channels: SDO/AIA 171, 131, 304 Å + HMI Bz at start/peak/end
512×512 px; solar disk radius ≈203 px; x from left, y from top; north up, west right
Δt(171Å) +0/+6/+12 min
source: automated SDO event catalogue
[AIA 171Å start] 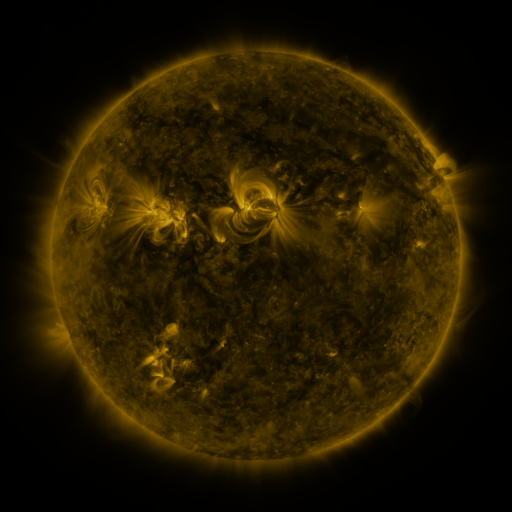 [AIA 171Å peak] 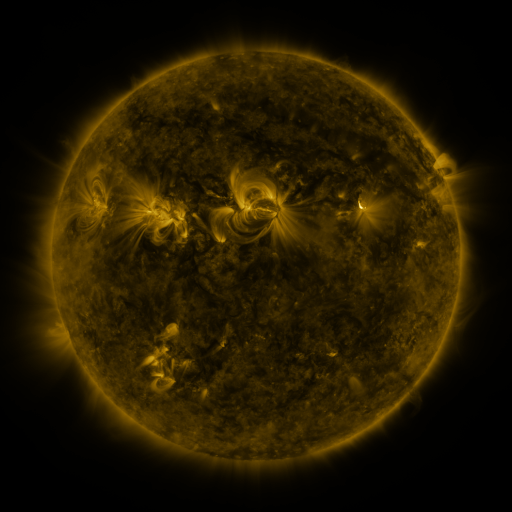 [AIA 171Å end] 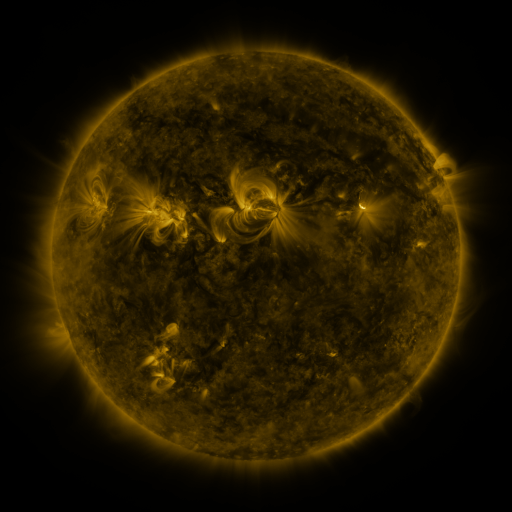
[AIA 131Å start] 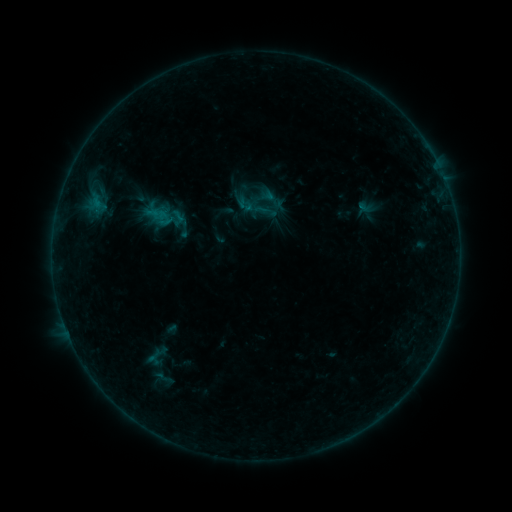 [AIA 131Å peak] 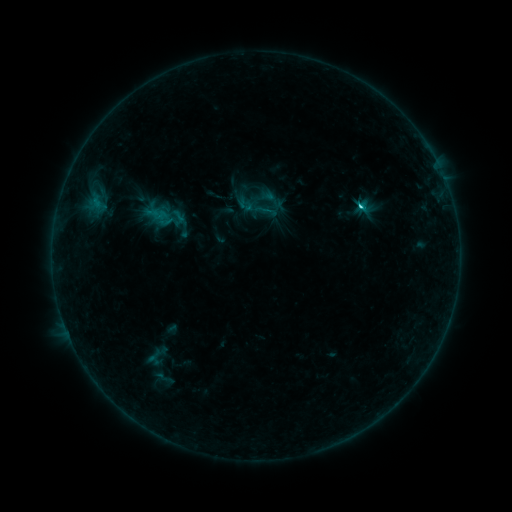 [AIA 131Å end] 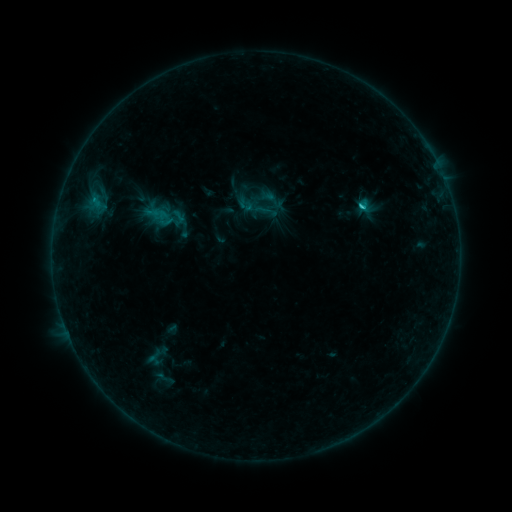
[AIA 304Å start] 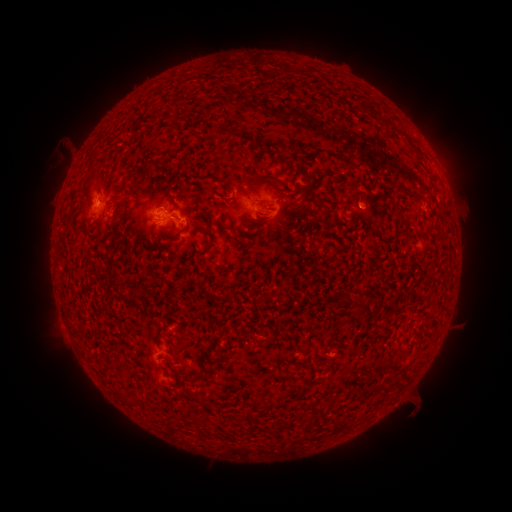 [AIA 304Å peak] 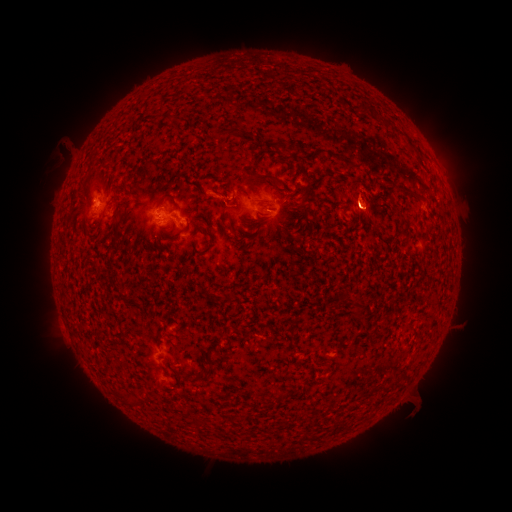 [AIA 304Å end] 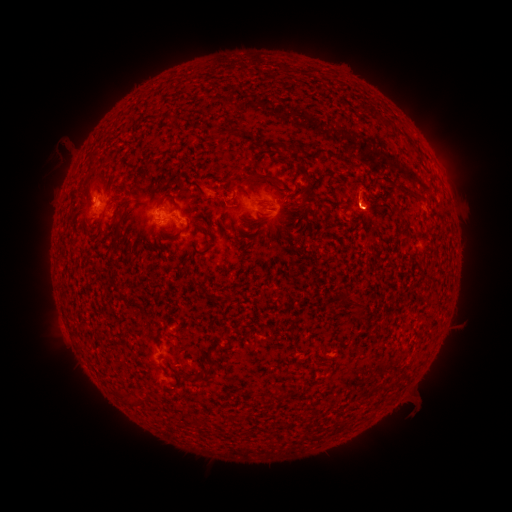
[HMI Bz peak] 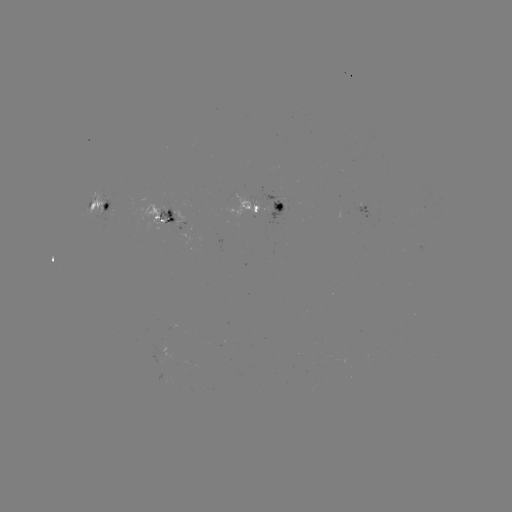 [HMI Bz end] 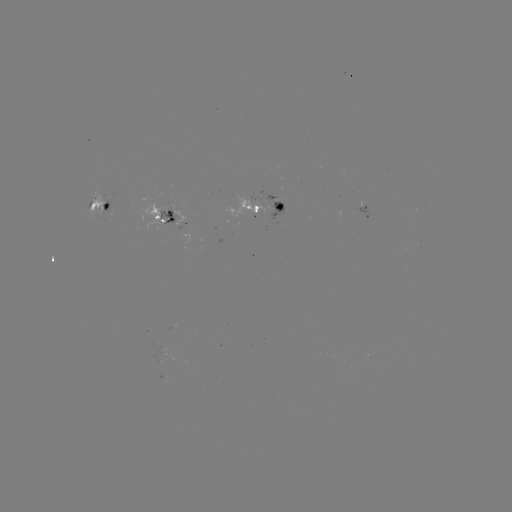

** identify C1.3 flare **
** [361, 209] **